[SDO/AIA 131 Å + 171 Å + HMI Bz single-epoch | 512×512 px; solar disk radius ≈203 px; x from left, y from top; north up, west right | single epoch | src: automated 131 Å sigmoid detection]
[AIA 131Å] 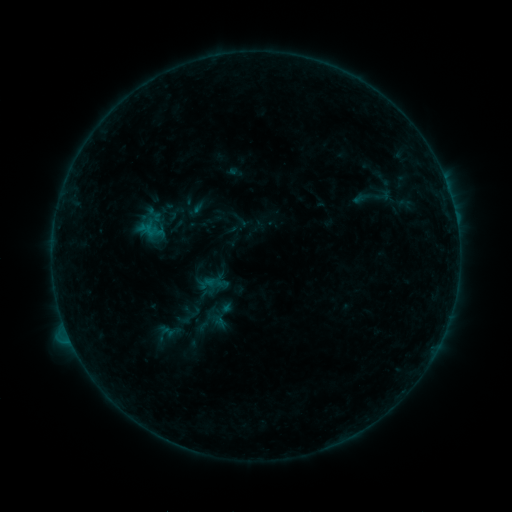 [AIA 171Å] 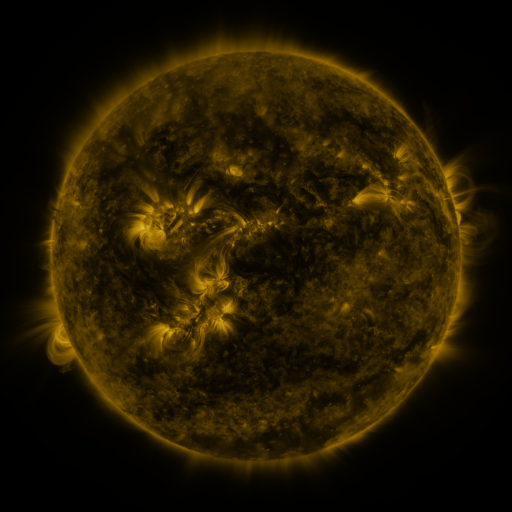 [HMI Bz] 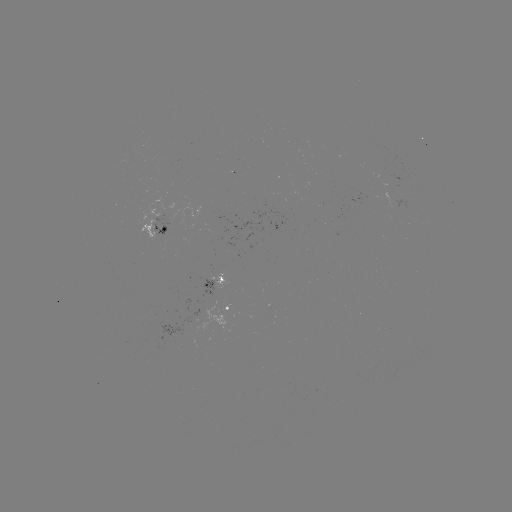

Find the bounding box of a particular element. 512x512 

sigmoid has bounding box [347, 173, 399, 220].